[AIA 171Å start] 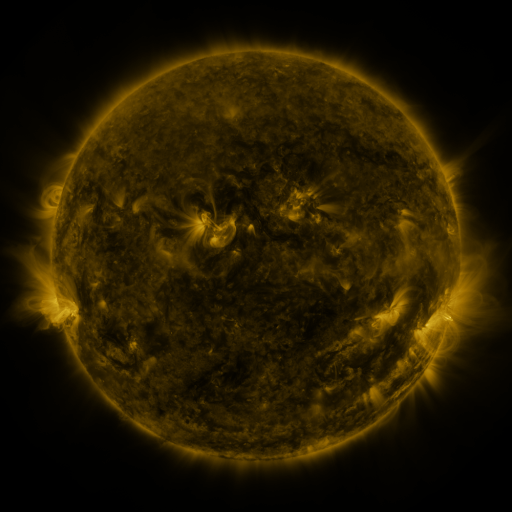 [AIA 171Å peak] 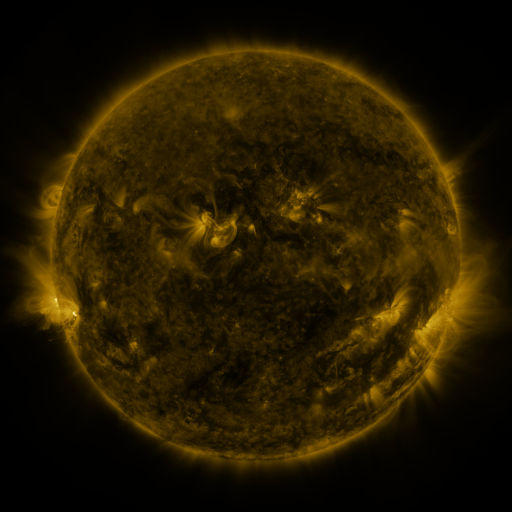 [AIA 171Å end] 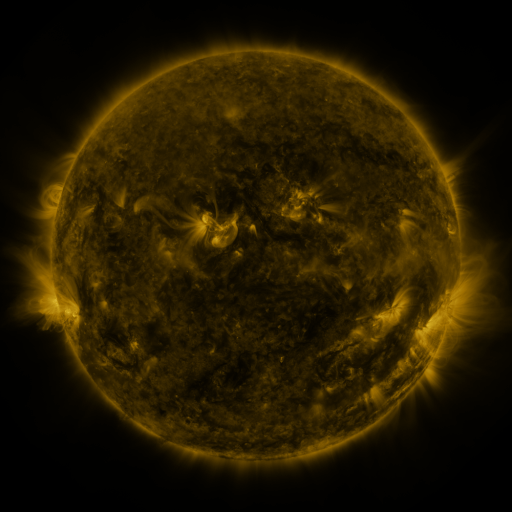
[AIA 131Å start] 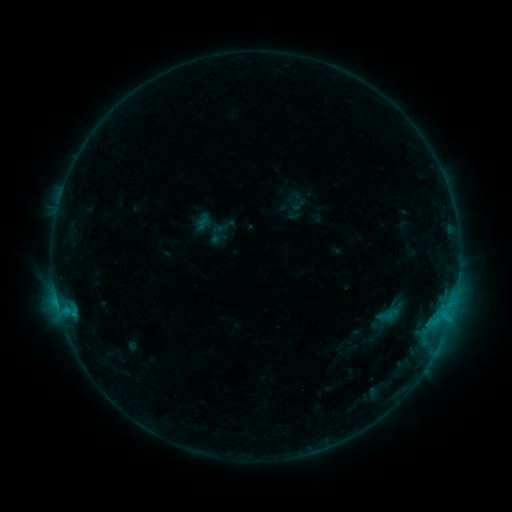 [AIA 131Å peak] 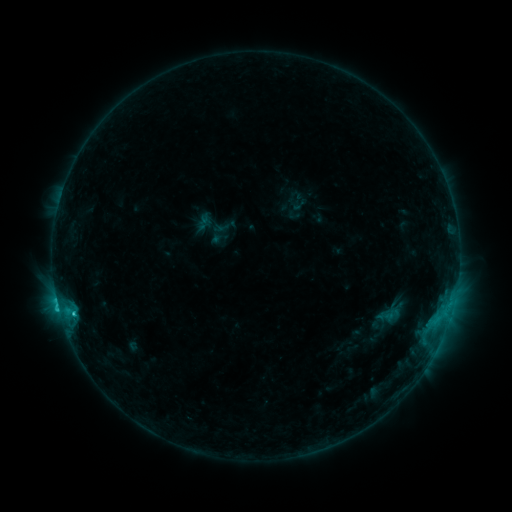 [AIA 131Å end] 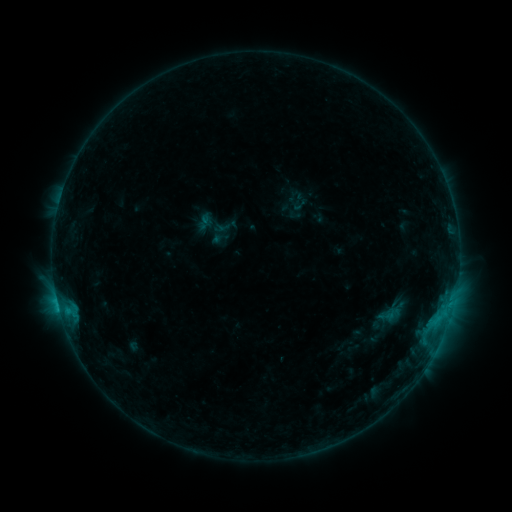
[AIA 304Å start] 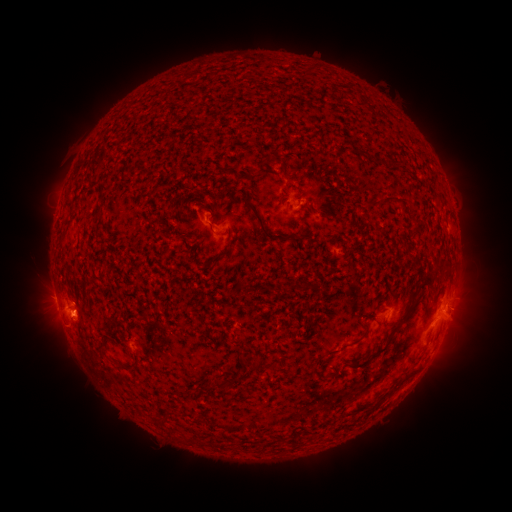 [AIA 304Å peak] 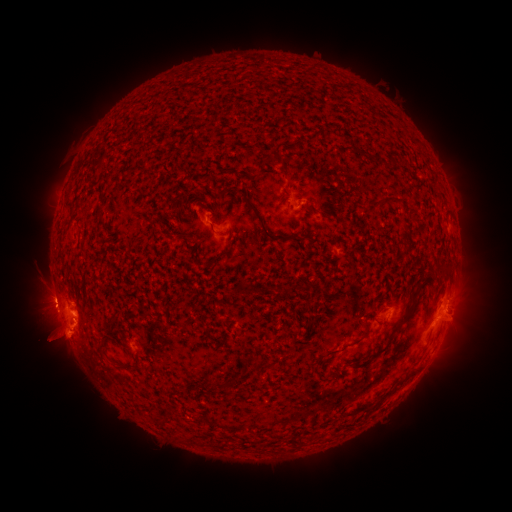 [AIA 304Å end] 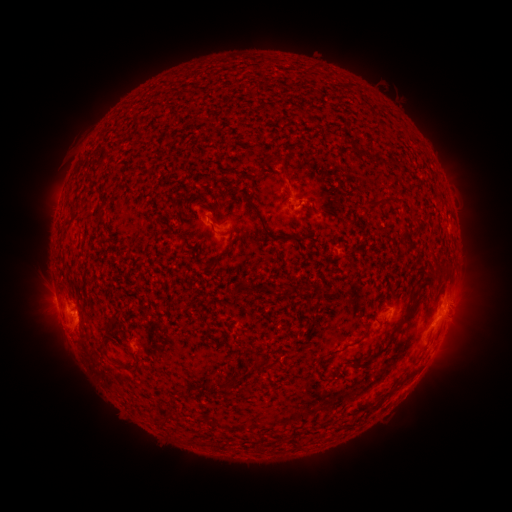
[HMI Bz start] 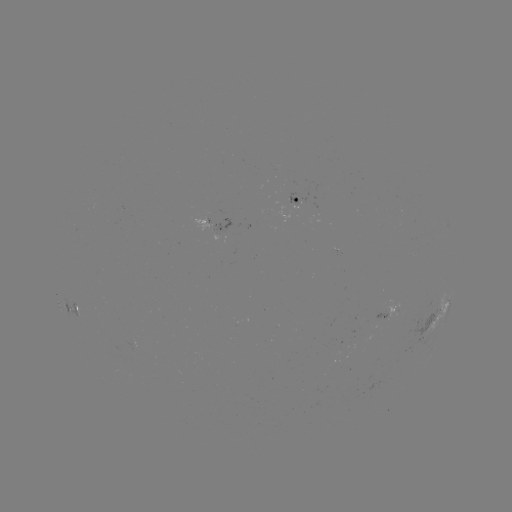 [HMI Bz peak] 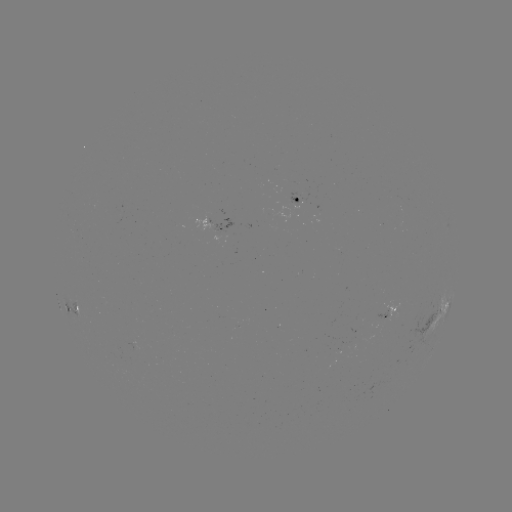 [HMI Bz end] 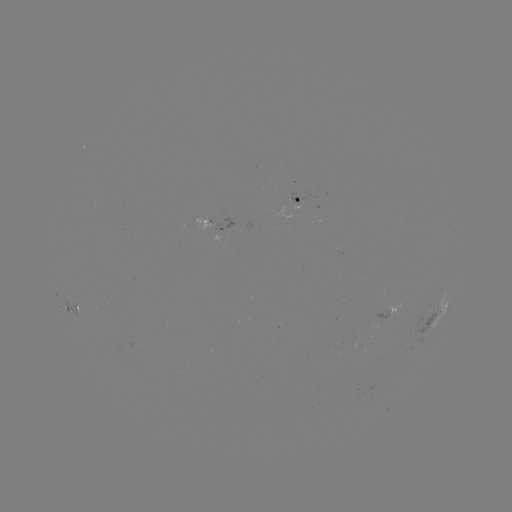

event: eruption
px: (64, 336)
